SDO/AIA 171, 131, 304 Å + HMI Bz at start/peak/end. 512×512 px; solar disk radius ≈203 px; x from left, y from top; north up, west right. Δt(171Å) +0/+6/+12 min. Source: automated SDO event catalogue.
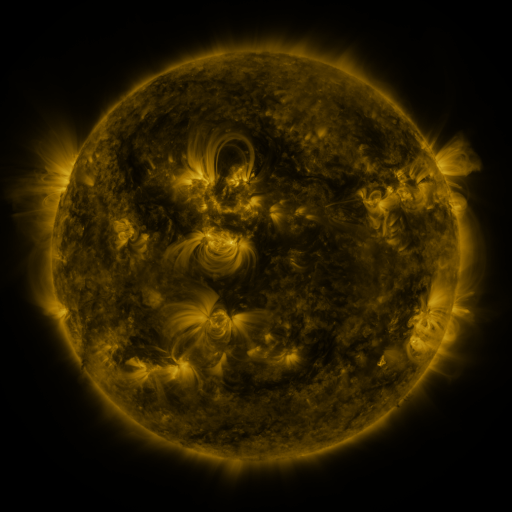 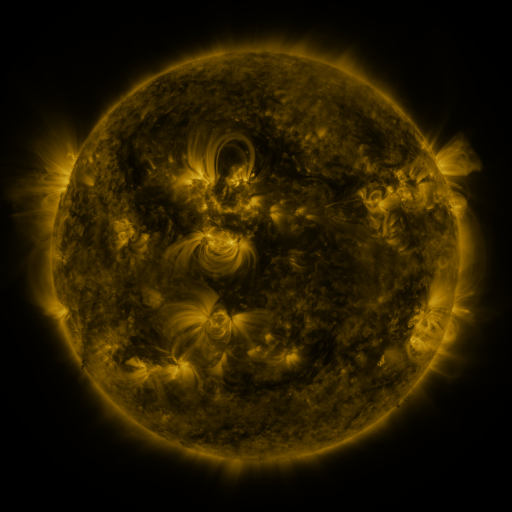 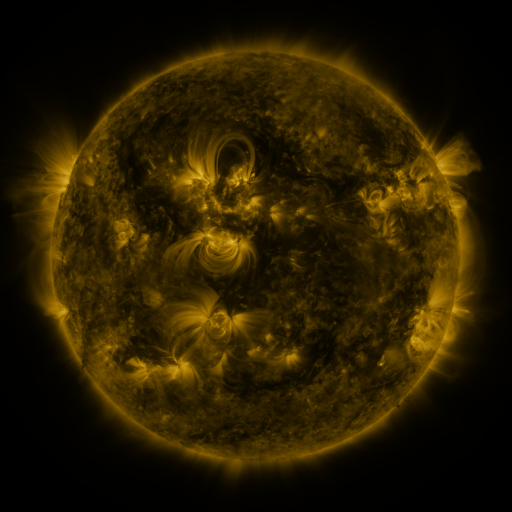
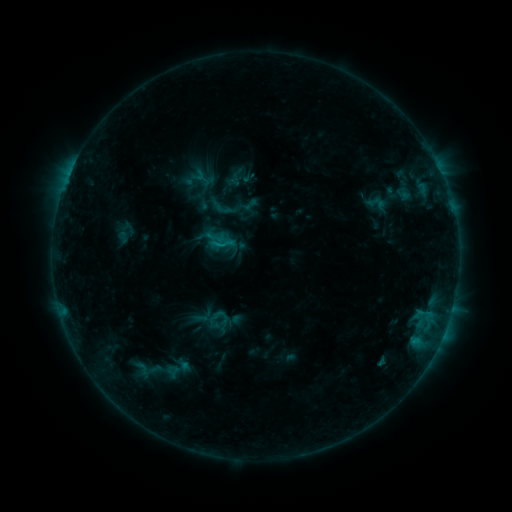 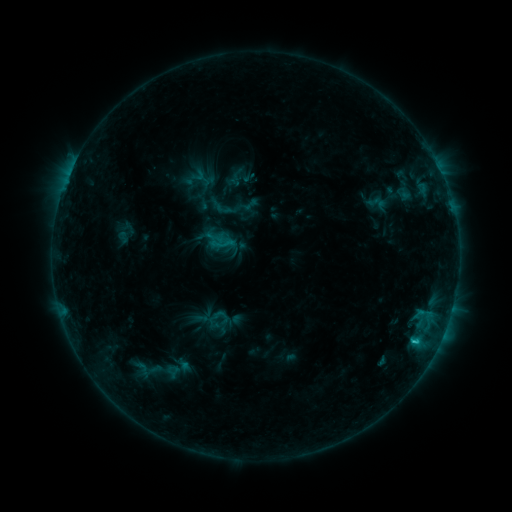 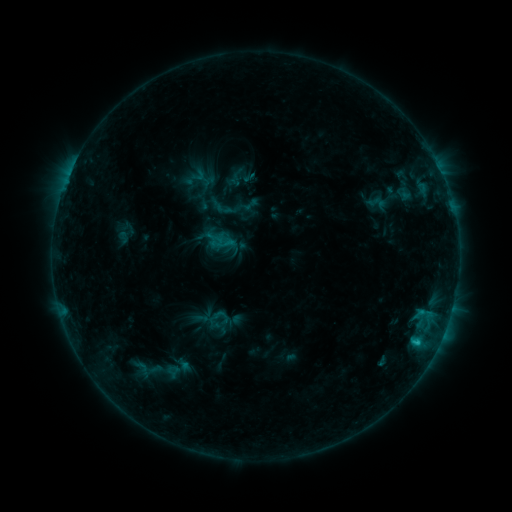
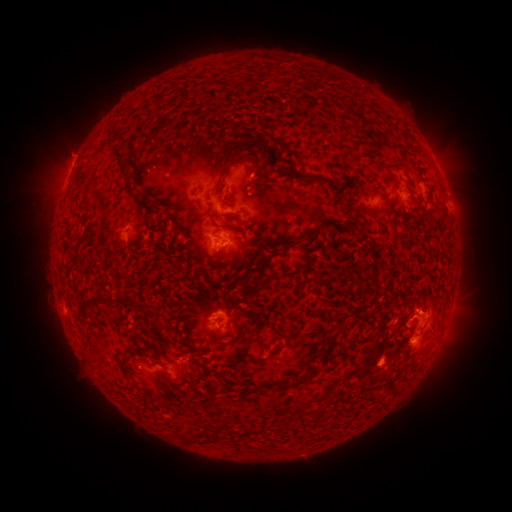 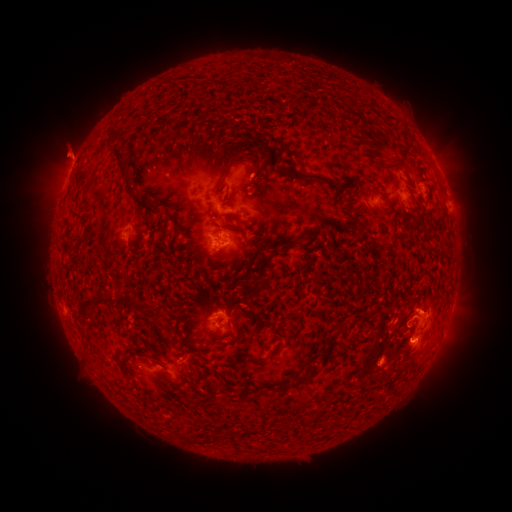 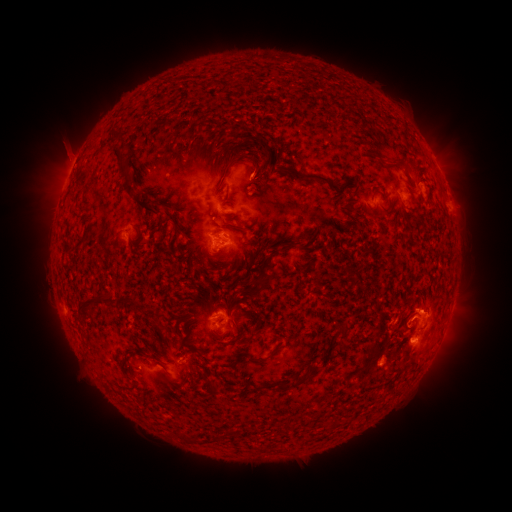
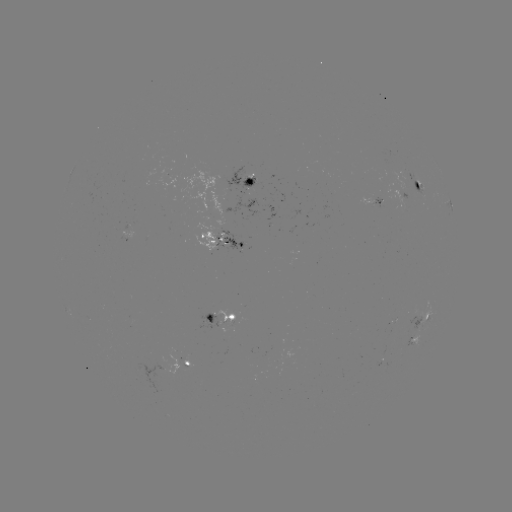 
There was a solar eruption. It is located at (68, 149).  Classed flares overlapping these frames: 1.